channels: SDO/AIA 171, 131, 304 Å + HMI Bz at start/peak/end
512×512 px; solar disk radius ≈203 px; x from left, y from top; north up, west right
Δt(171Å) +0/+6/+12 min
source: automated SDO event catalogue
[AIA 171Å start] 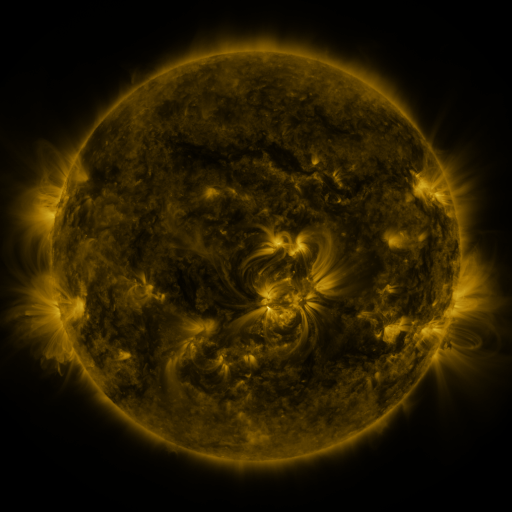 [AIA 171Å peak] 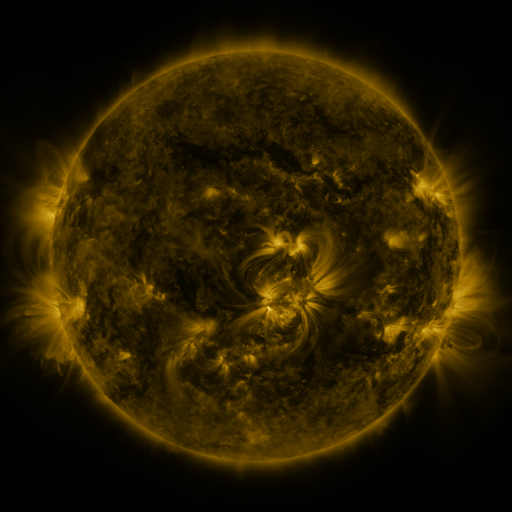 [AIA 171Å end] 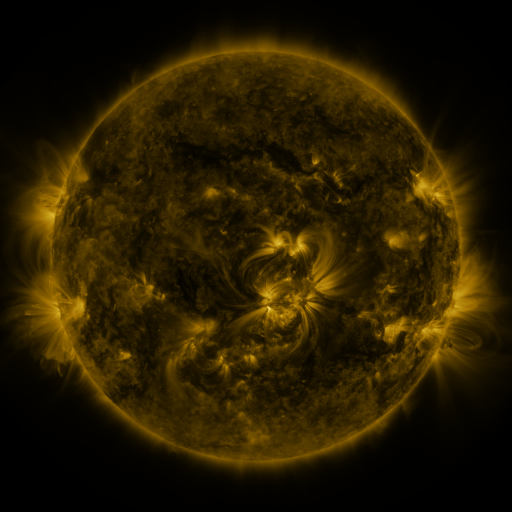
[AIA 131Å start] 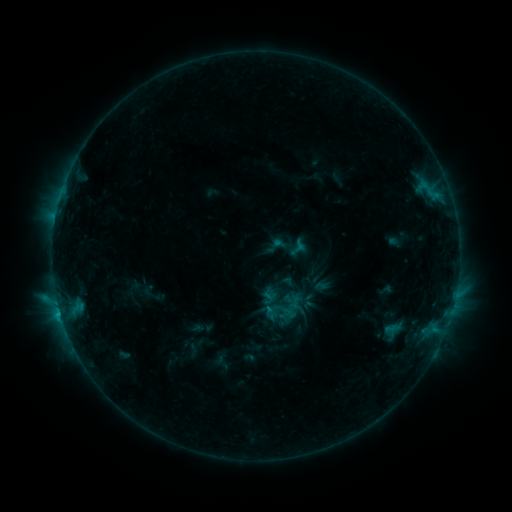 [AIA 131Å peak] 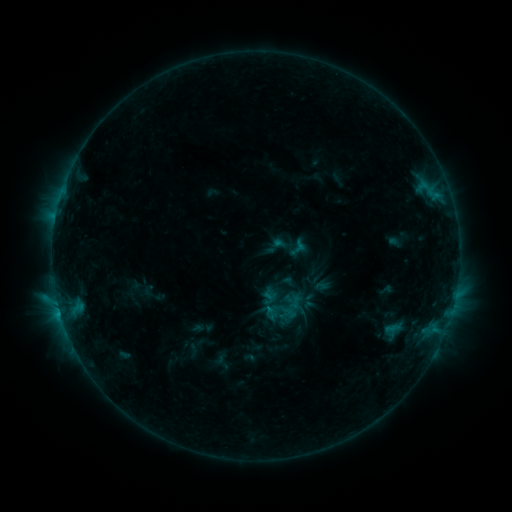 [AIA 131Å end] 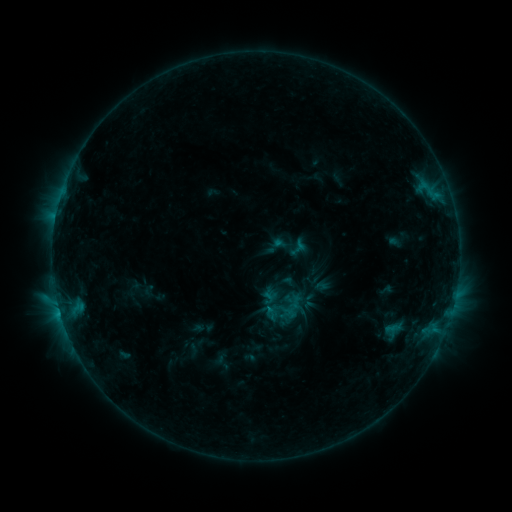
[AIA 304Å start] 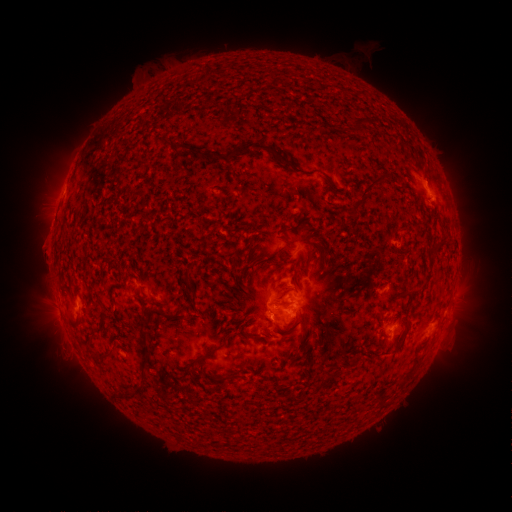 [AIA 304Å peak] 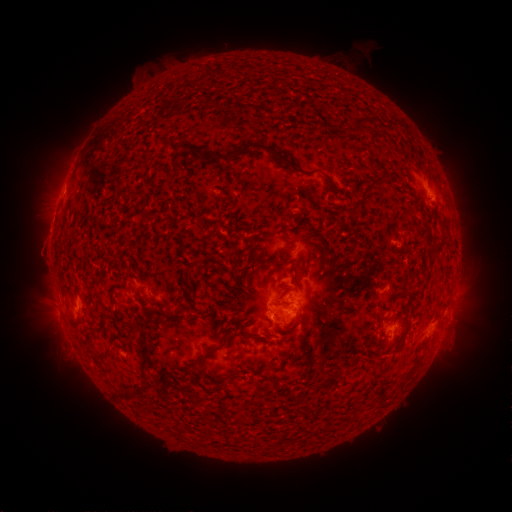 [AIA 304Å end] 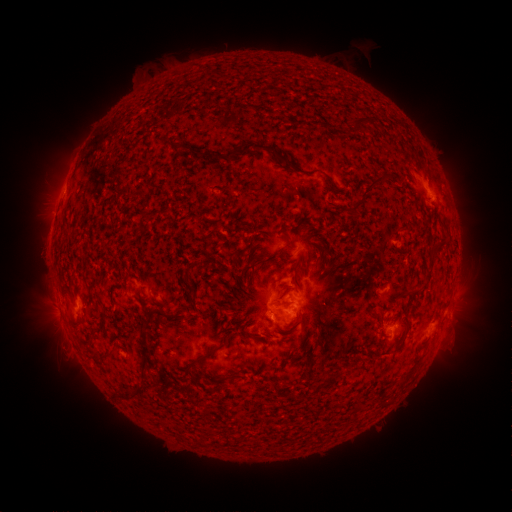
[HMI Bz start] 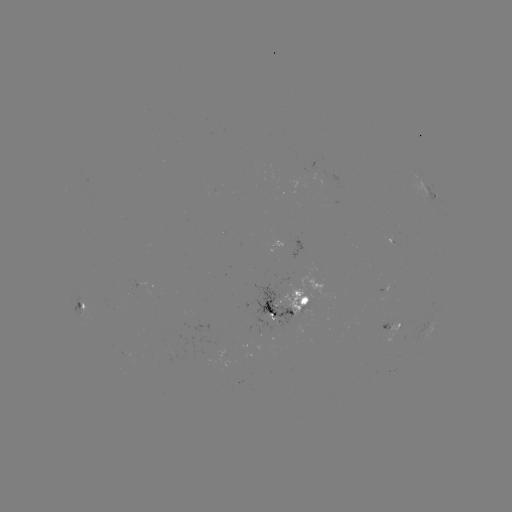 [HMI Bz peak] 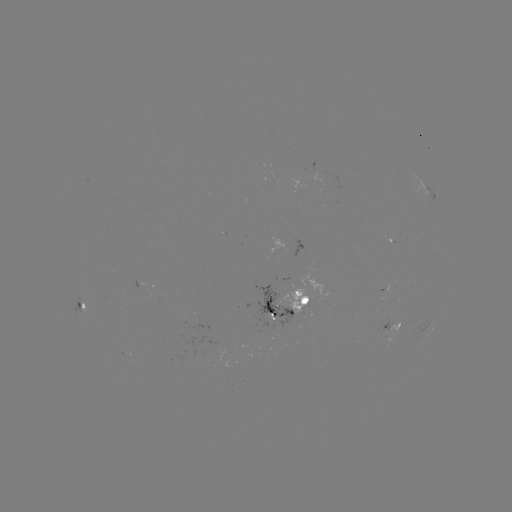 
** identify eruption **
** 43,249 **